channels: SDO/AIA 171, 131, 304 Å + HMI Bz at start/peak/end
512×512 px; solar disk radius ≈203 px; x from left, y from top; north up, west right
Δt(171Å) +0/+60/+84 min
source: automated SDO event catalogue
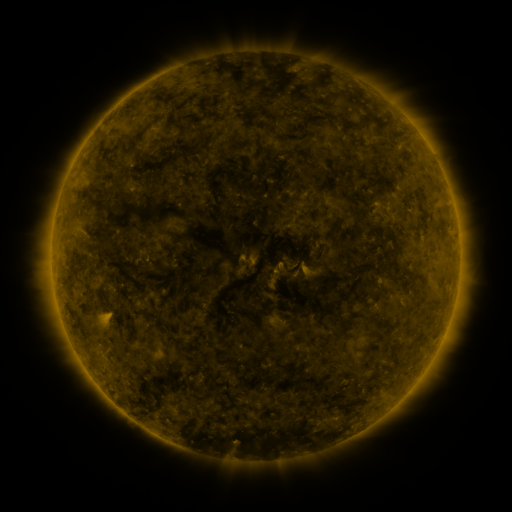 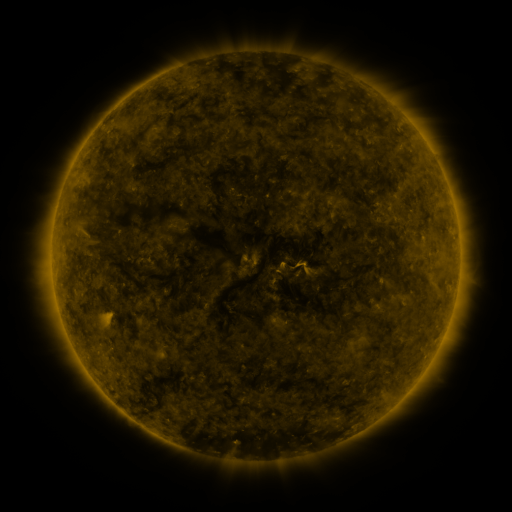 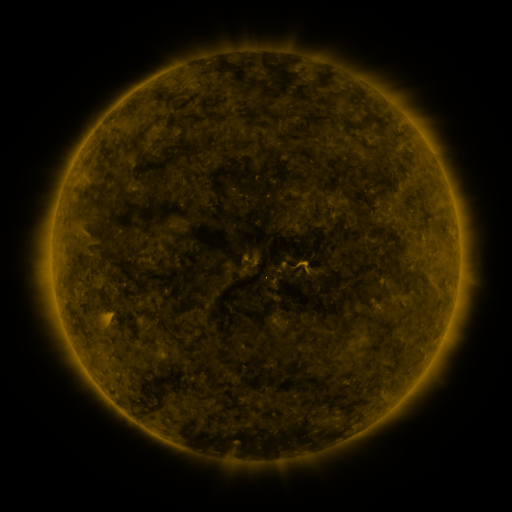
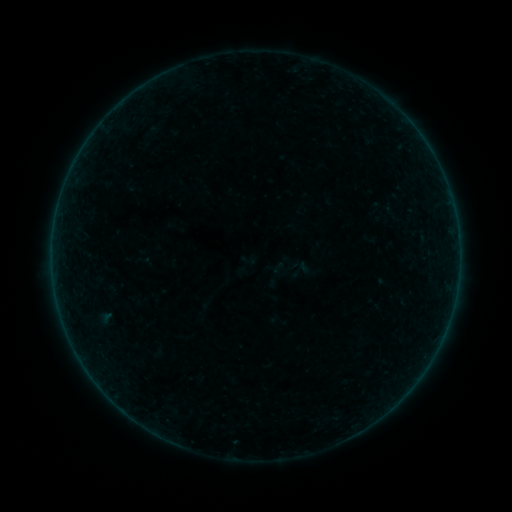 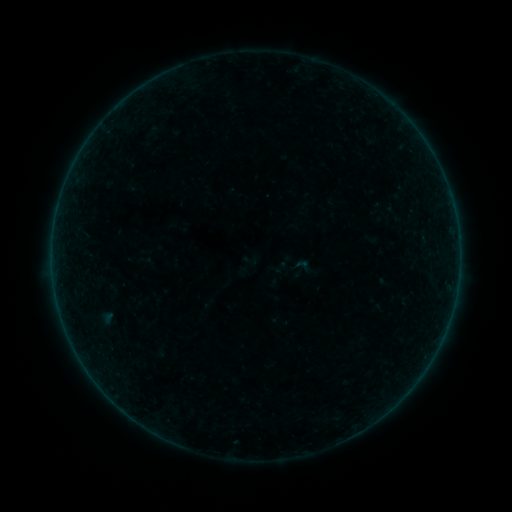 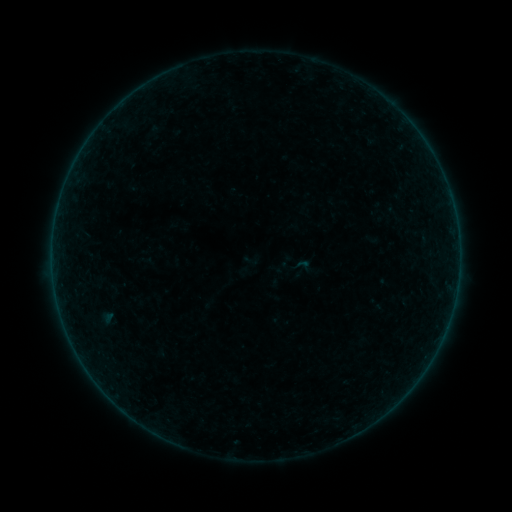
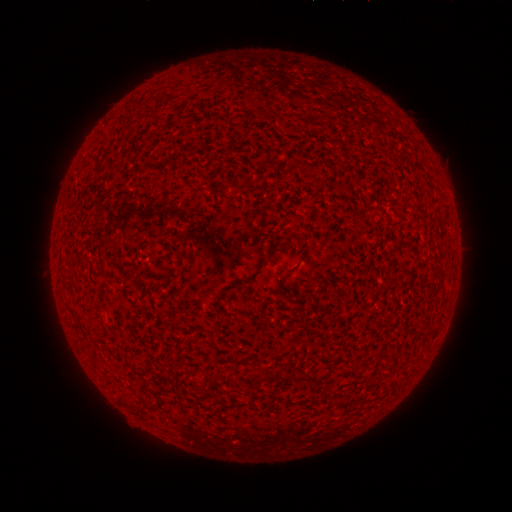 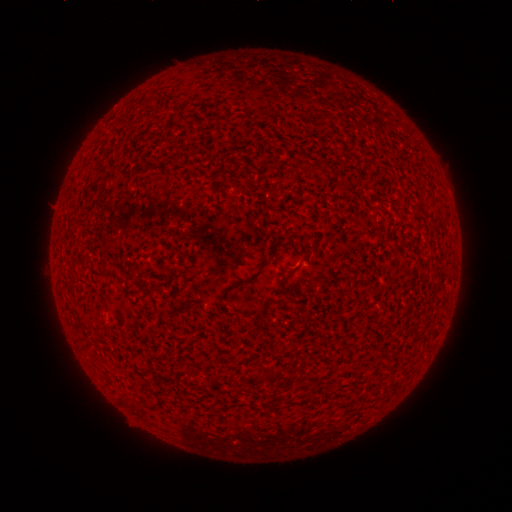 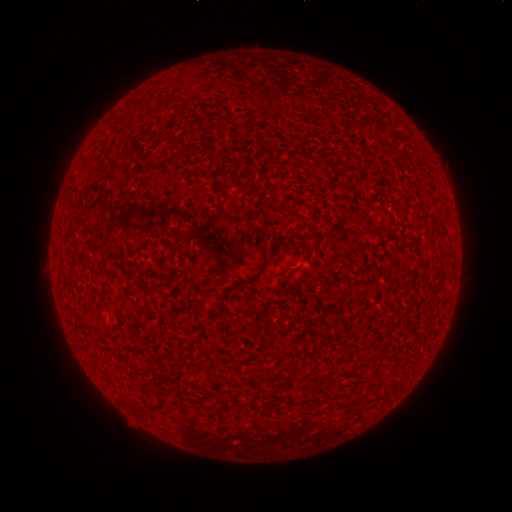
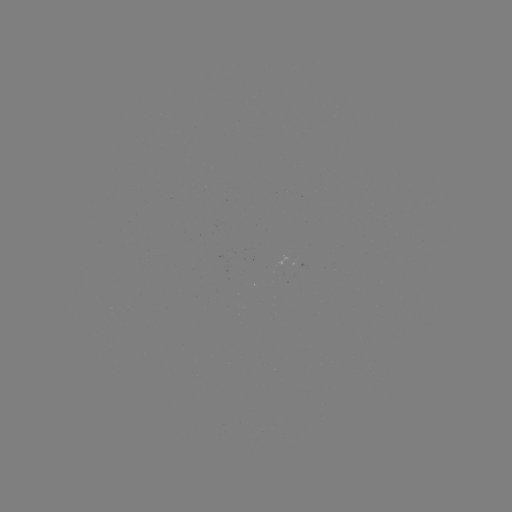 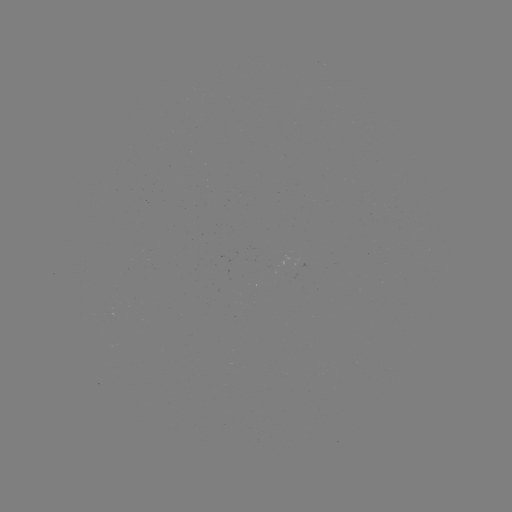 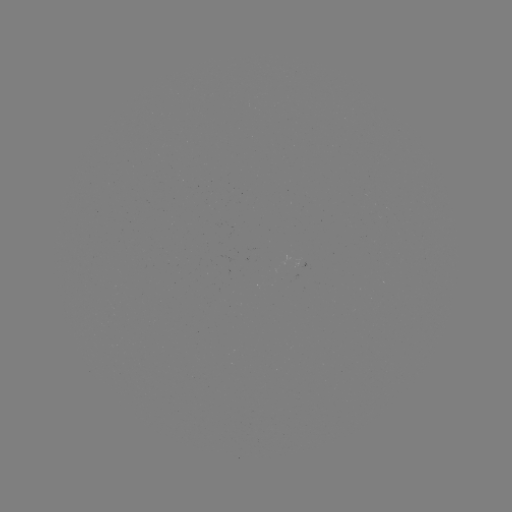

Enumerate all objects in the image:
emerging-flux region: (299, 264)
